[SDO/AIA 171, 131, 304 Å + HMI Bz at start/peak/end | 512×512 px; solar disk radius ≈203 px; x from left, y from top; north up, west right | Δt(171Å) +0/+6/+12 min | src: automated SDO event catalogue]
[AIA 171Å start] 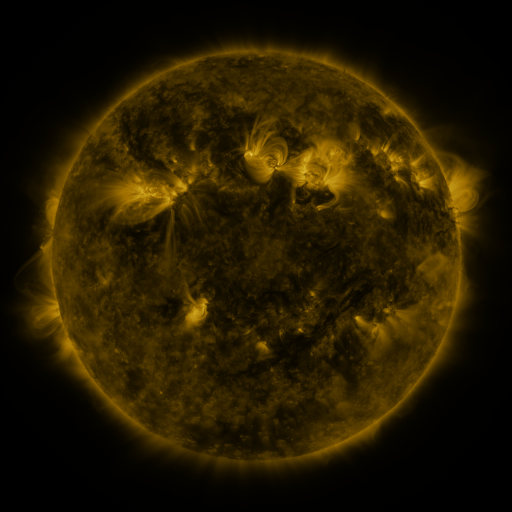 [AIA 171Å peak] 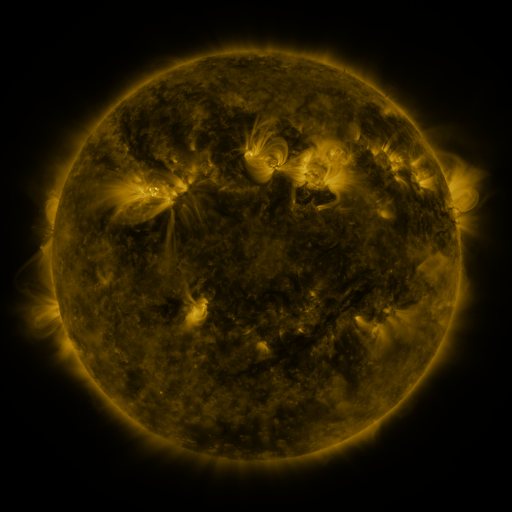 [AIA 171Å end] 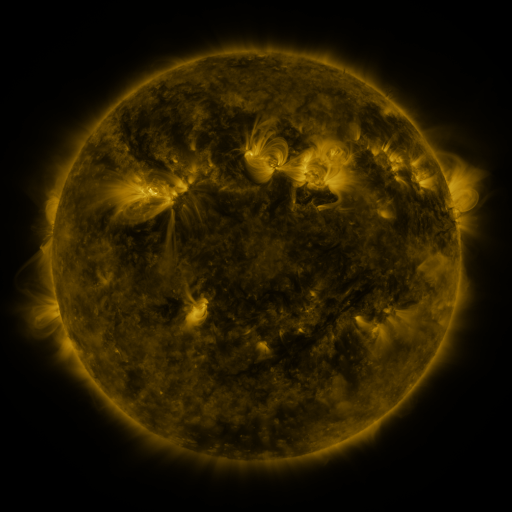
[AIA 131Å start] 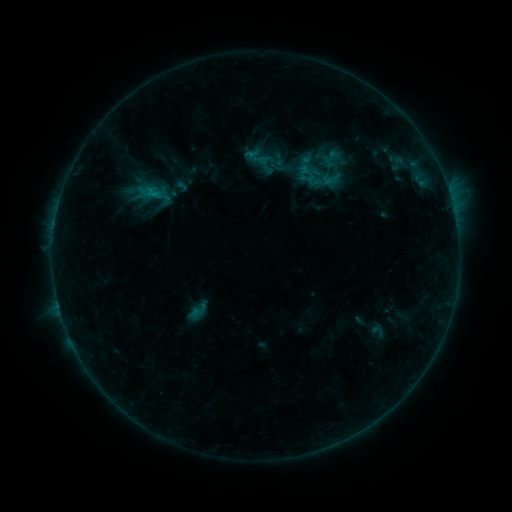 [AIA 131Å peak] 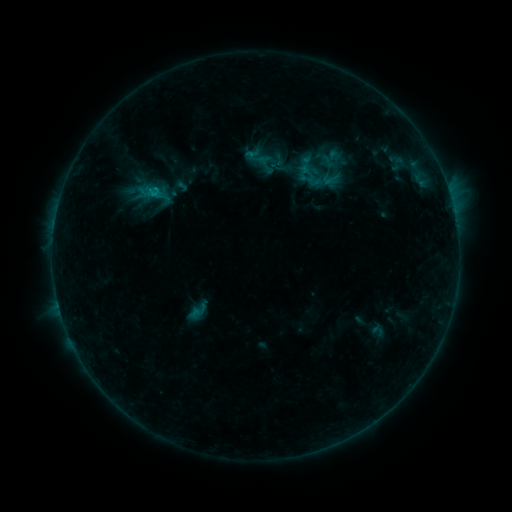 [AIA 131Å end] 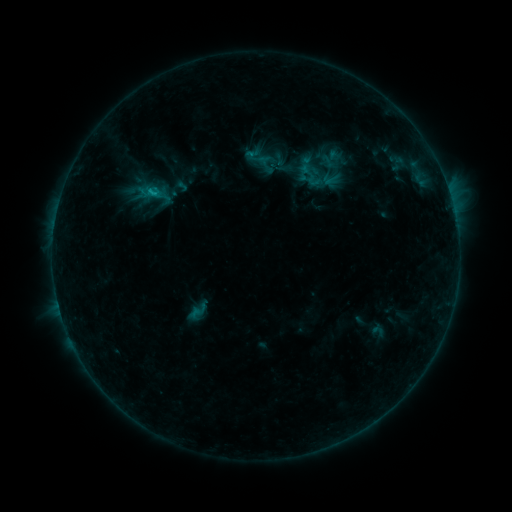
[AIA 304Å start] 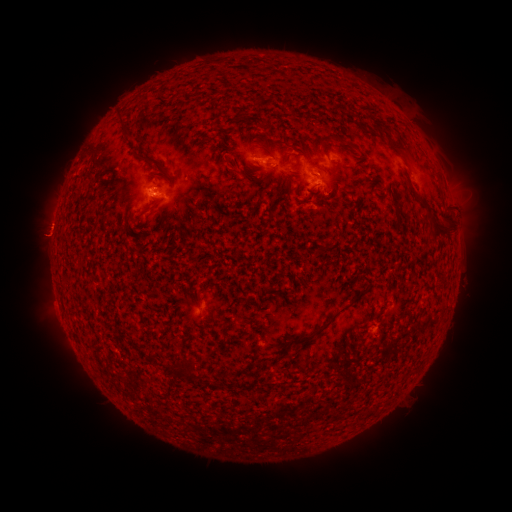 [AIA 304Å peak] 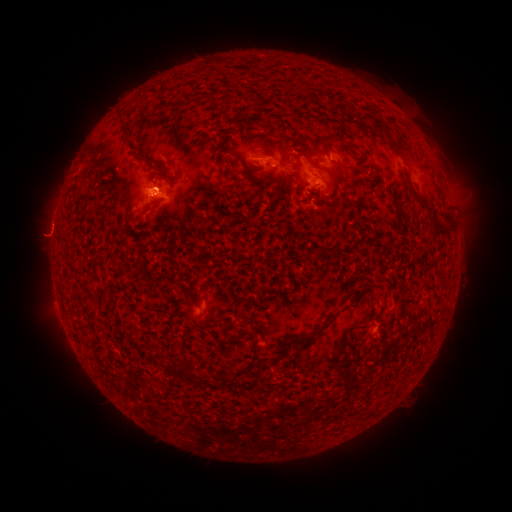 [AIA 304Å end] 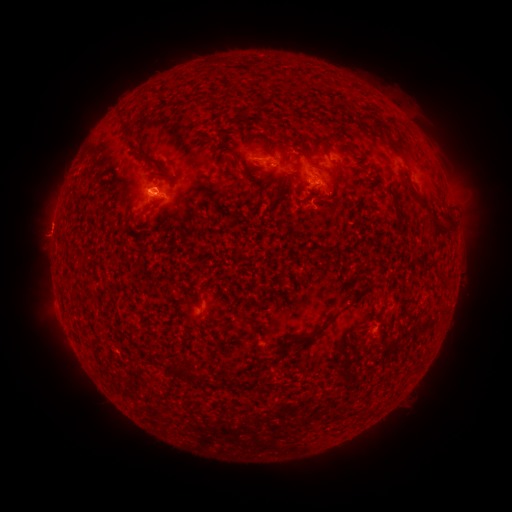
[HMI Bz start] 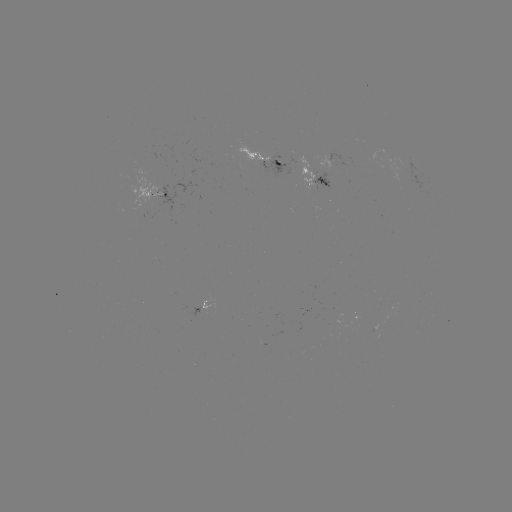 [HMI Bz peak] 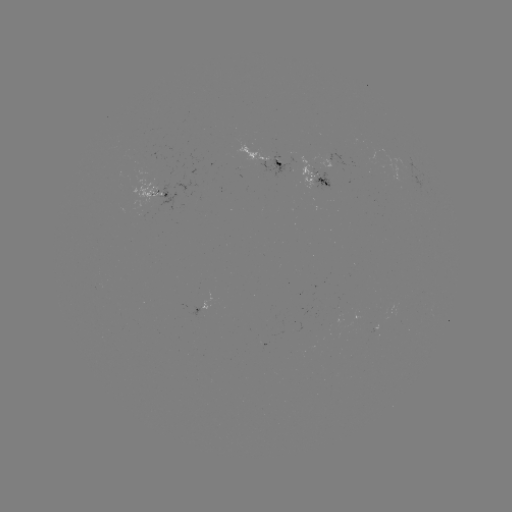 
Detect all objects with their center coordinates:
B4.6 flare: (147, 196)
